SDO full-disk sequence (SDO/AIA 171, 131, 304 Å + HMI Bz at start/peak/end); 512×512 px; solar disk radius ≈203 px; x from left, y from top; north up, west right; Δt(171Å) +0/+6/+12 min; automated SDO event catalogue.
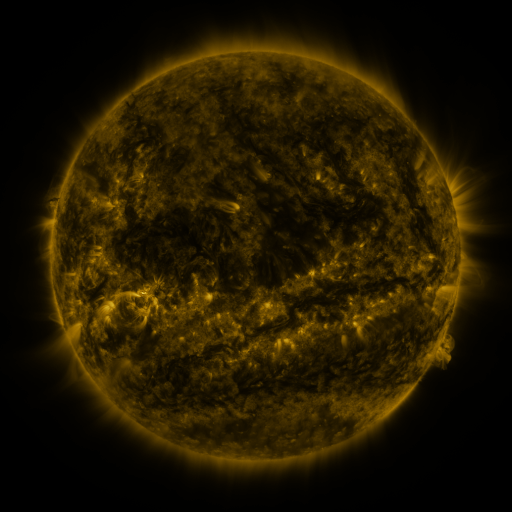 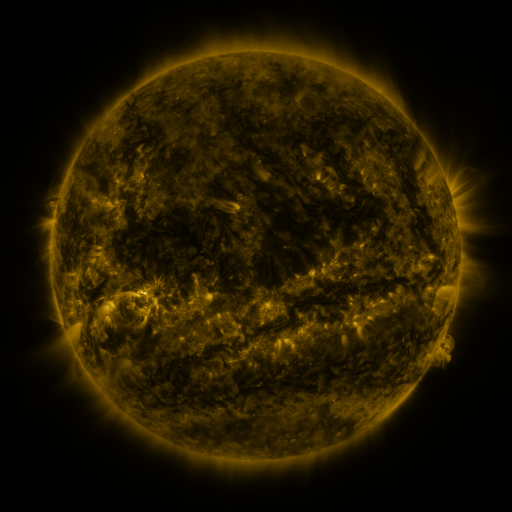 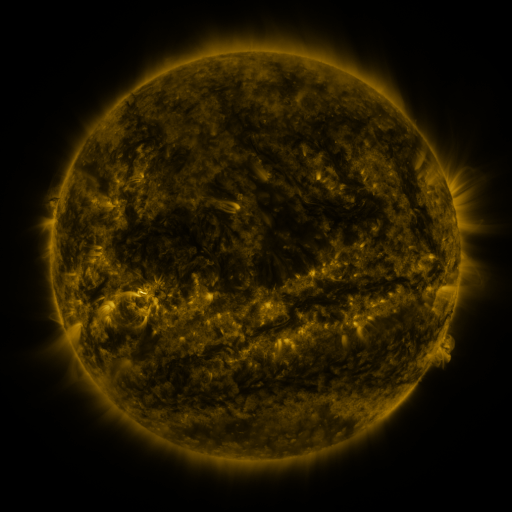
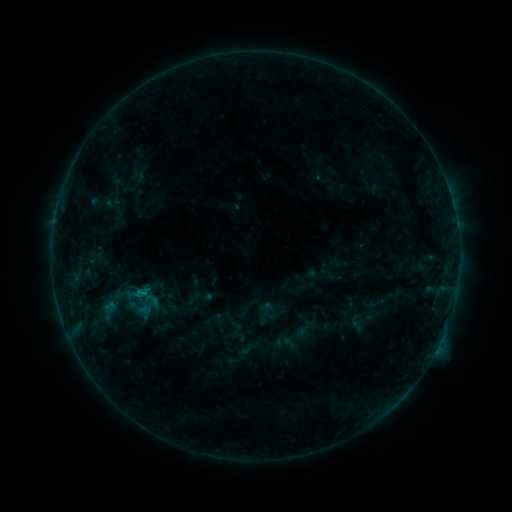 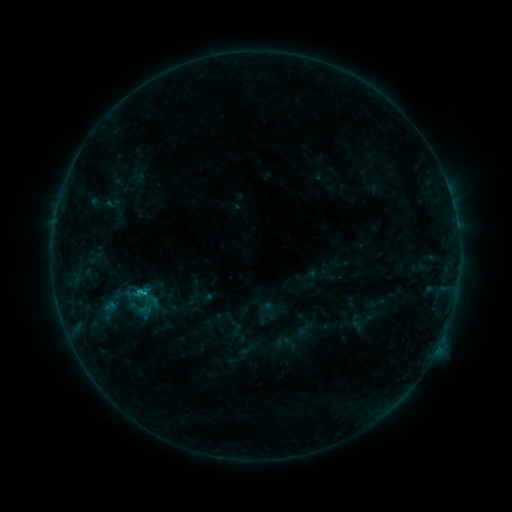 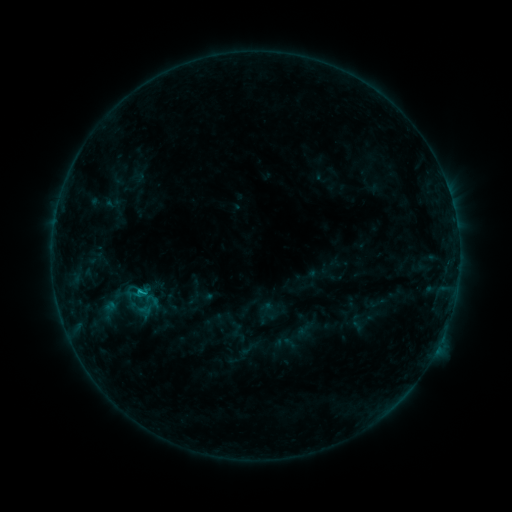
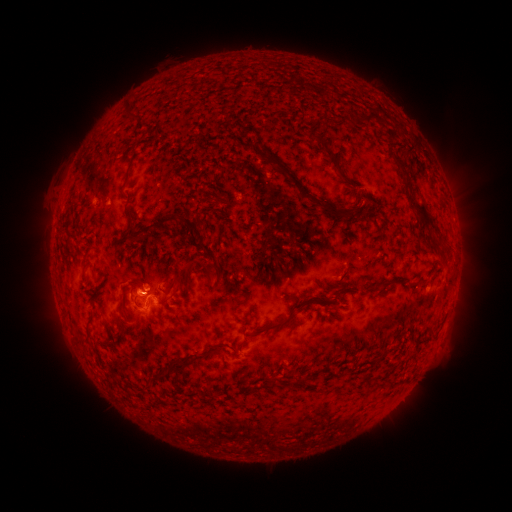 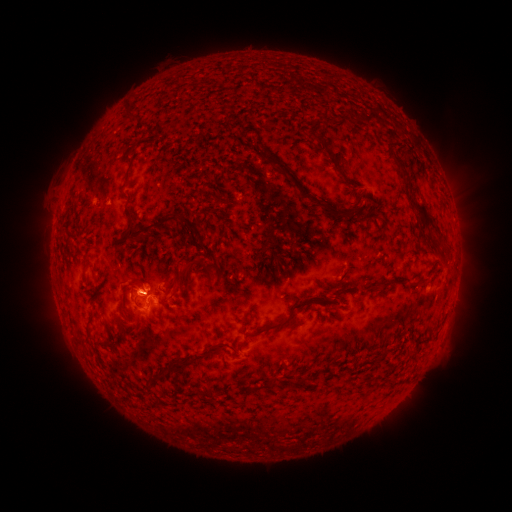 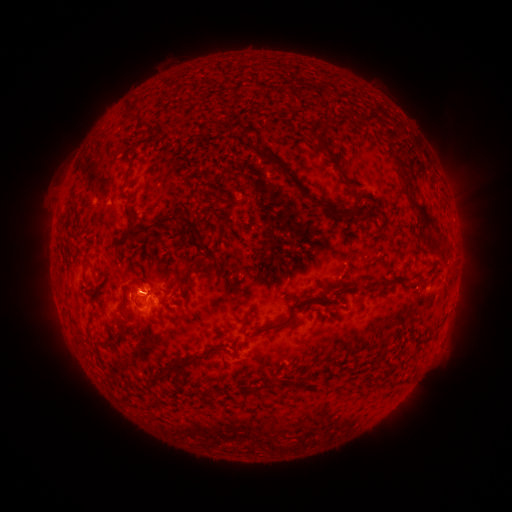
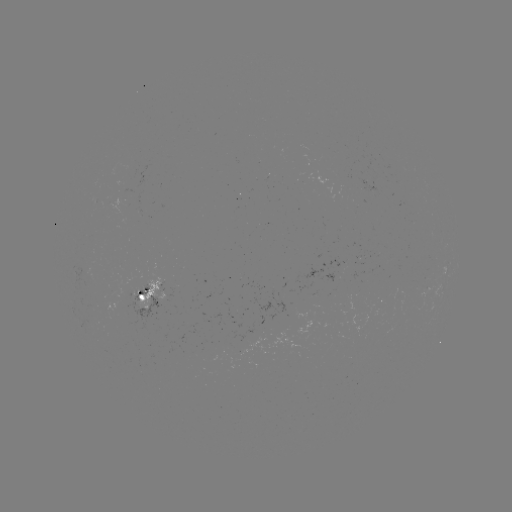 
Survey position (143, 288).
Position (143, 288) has B9.7 flare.